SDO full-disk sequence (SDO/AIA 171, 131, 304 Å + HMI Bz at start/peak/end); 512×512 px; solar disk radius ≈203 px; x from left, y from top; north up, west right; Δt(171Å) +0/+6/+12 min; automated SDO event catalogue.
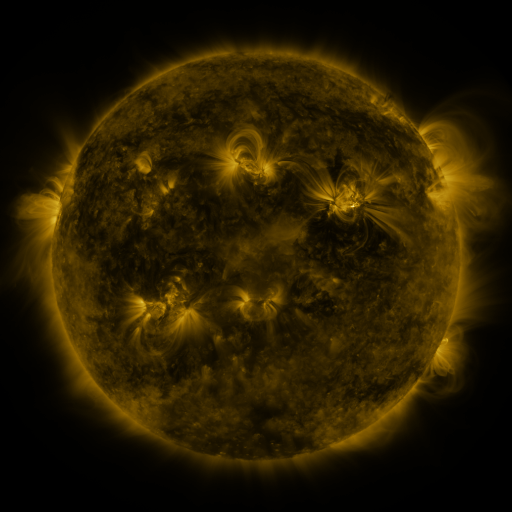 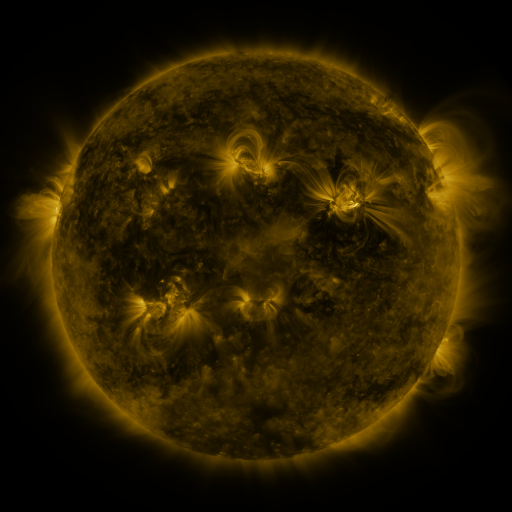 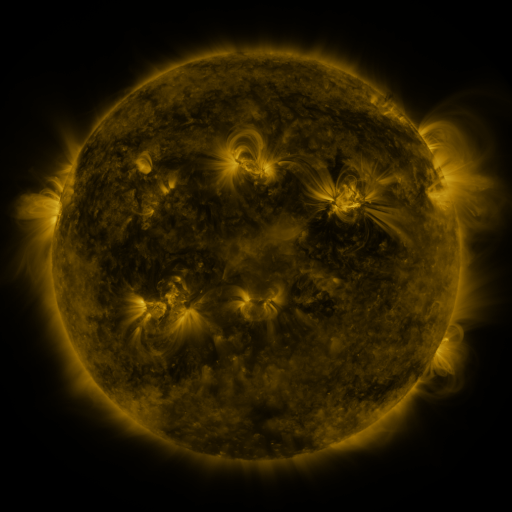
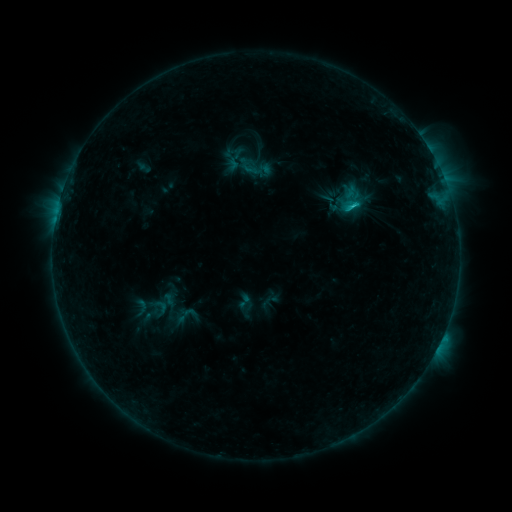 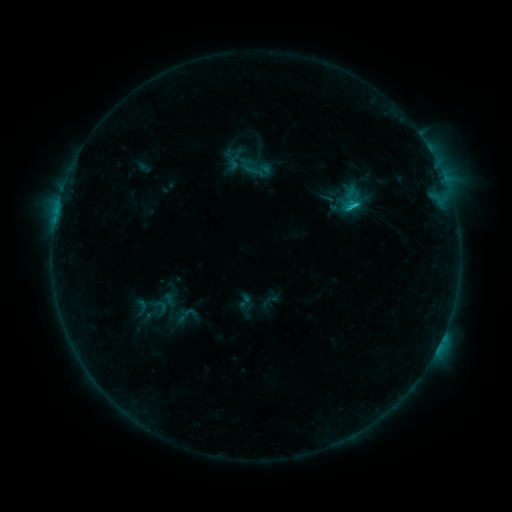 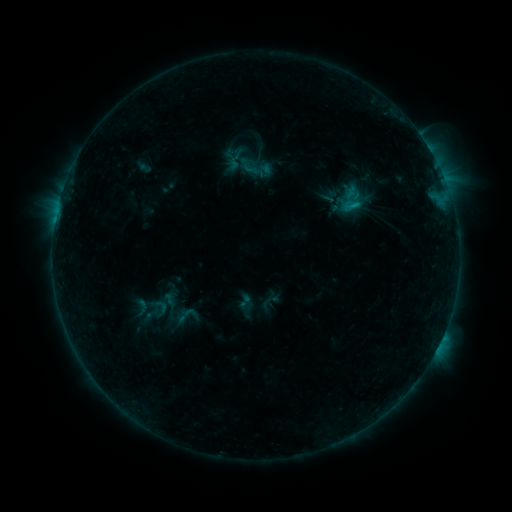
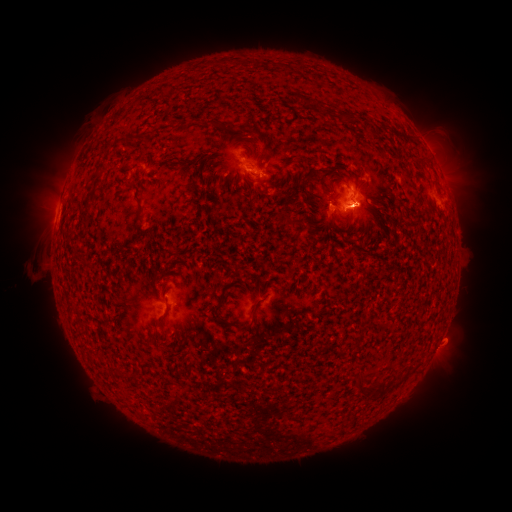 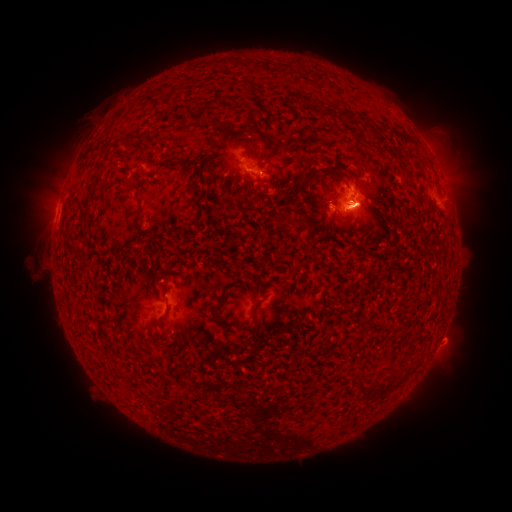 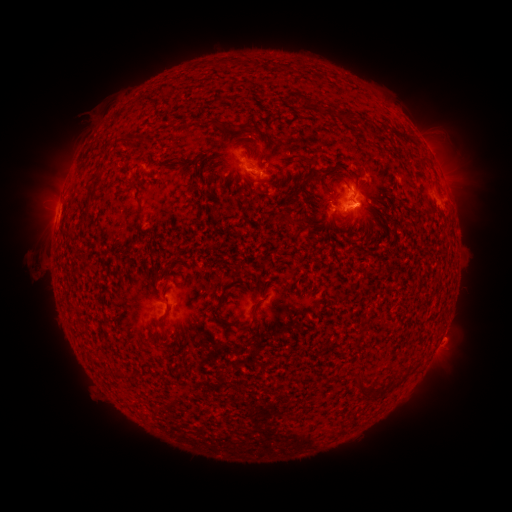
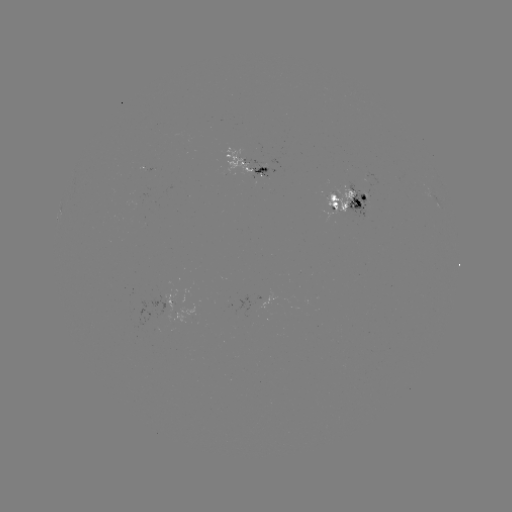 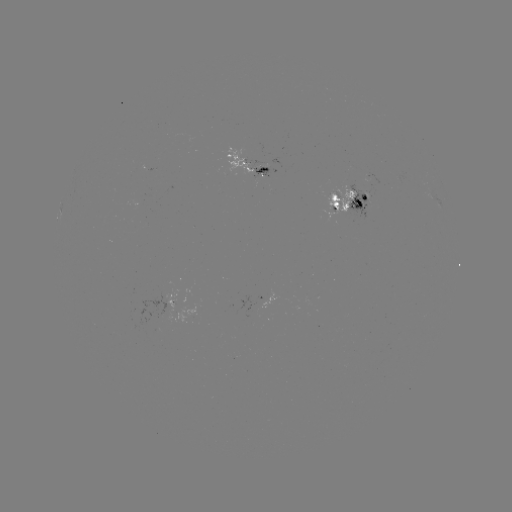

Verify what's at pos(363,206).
eruption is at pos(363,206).